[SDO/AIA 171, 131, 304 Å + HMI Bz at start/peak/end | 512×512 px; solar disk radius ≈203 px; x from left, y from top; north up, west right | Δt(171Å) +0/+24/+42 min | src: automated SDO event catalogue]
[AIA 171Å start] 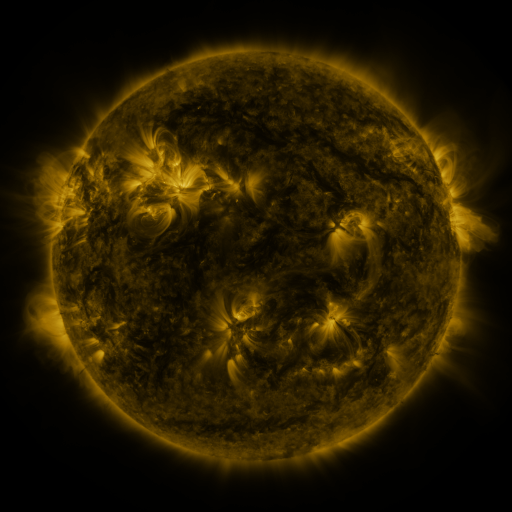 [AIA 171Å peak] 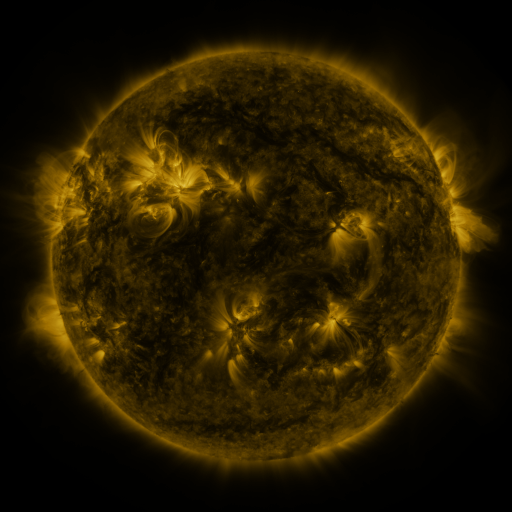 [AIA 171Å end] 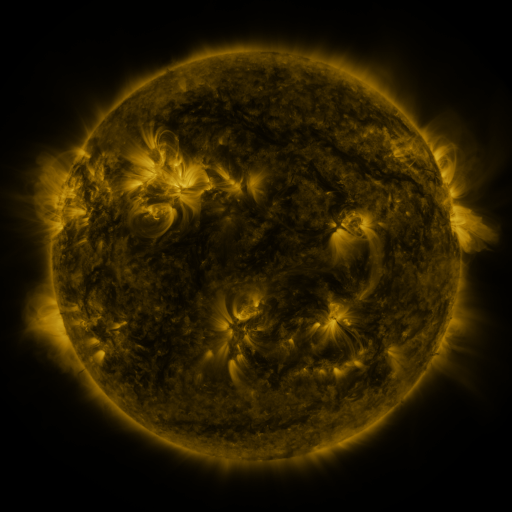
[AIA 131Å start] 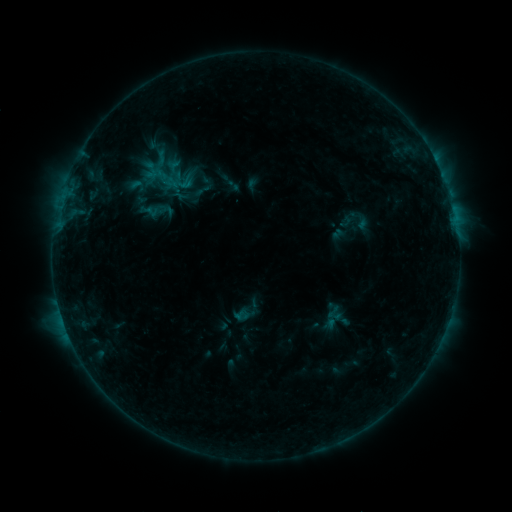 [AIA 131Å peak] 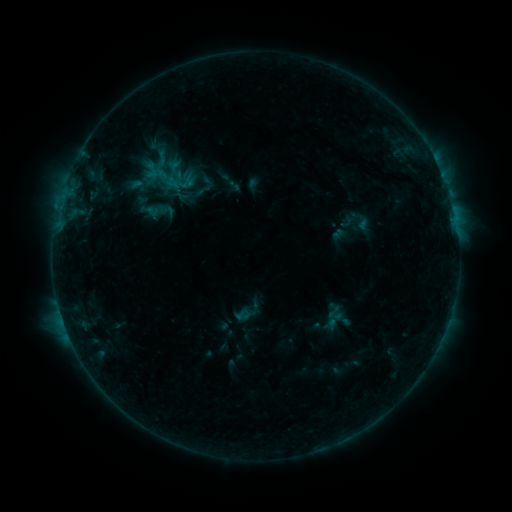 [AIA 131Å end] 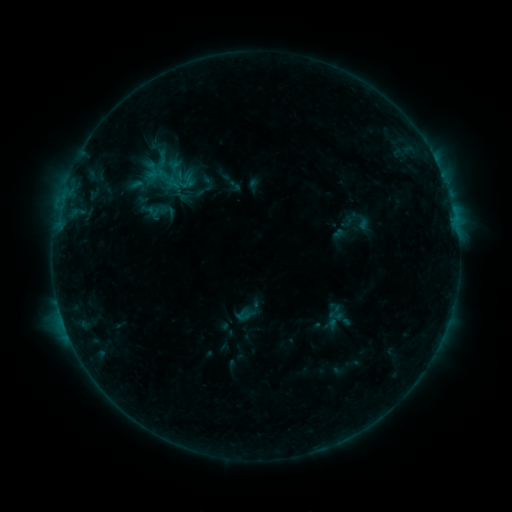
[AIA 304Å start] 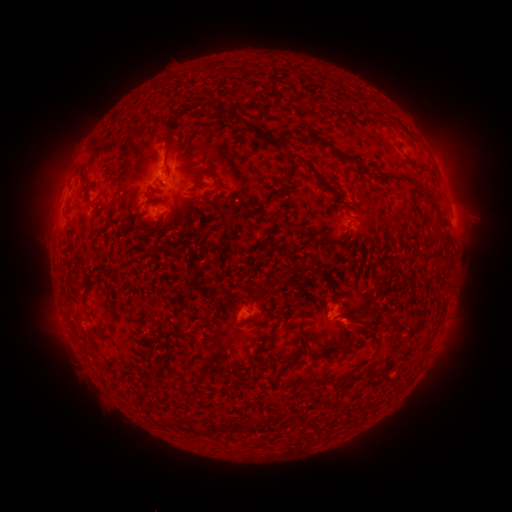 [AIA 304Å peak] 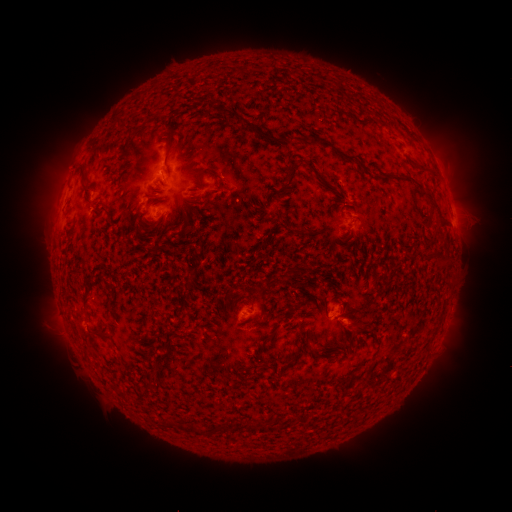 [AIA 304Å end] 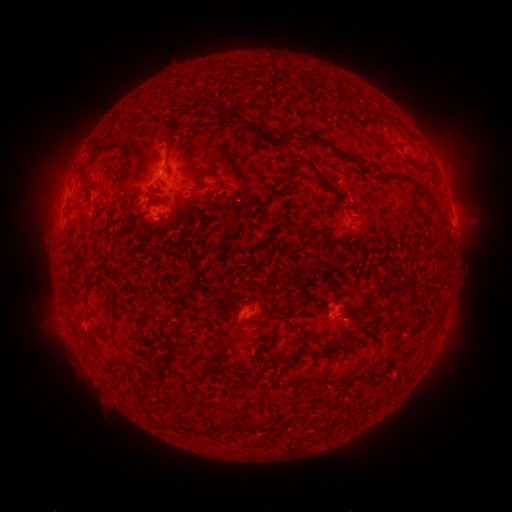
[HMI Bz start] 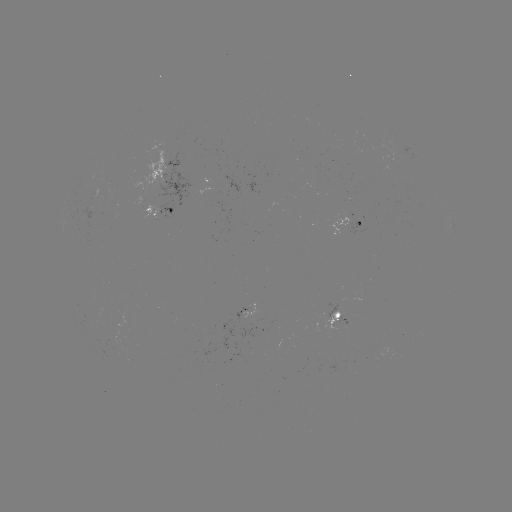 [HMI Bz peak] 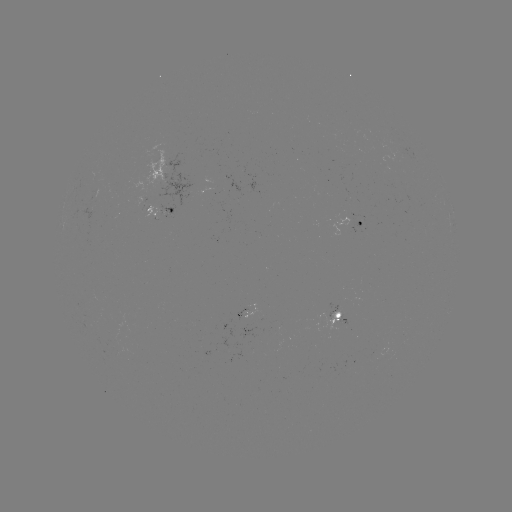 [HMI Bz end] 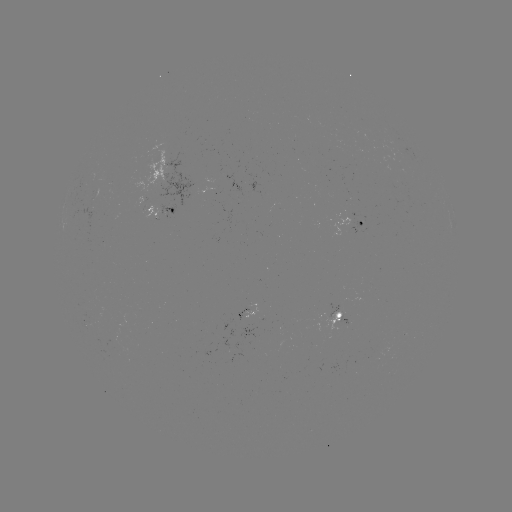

nothing was catalogued: no classed flare, no EUV trigger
